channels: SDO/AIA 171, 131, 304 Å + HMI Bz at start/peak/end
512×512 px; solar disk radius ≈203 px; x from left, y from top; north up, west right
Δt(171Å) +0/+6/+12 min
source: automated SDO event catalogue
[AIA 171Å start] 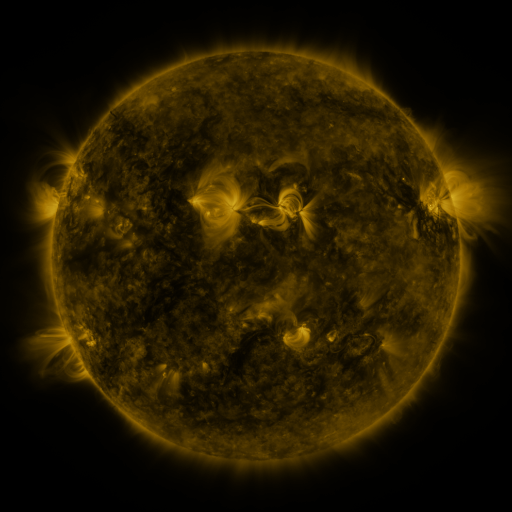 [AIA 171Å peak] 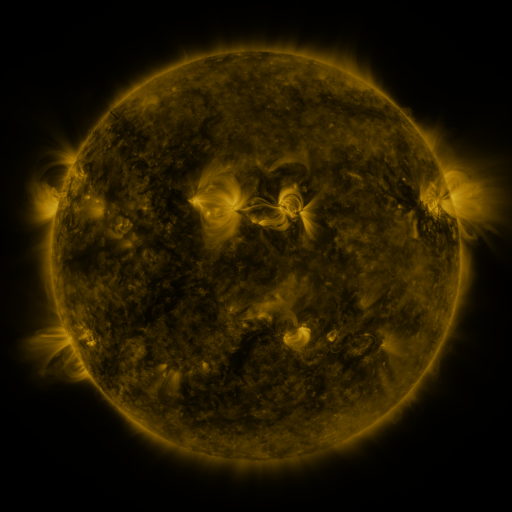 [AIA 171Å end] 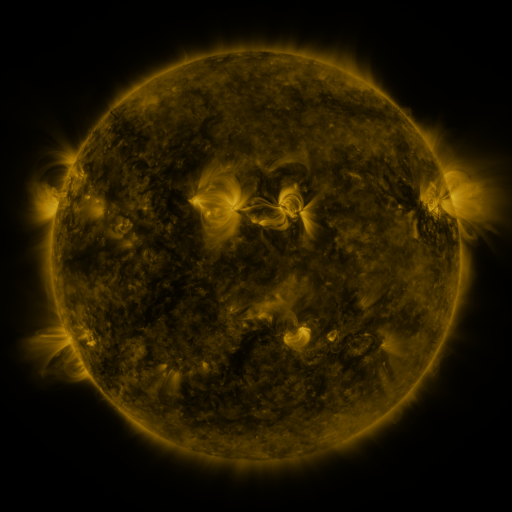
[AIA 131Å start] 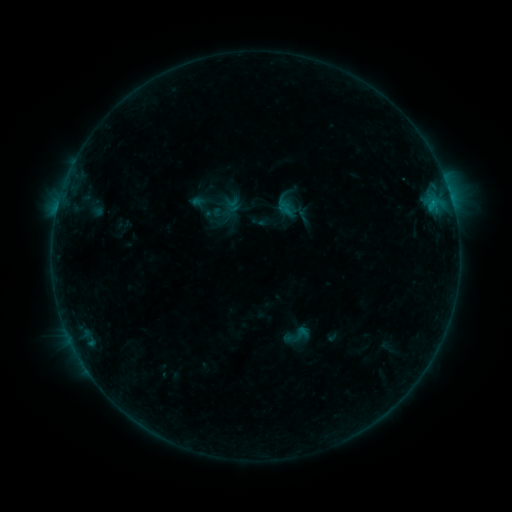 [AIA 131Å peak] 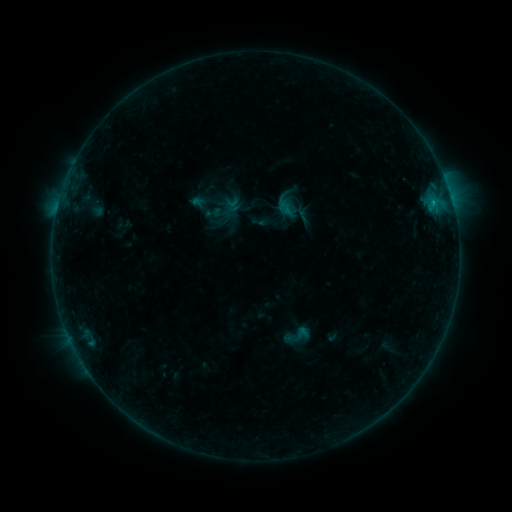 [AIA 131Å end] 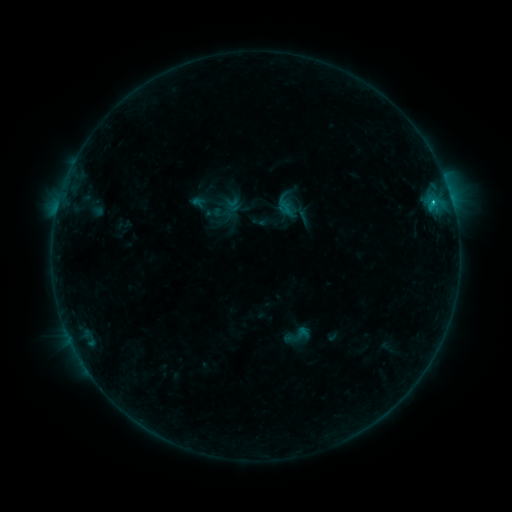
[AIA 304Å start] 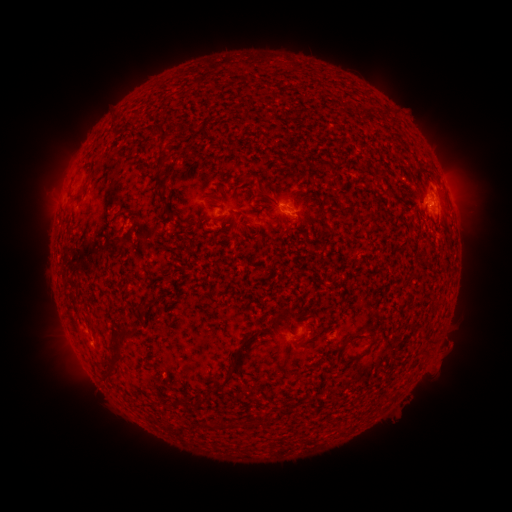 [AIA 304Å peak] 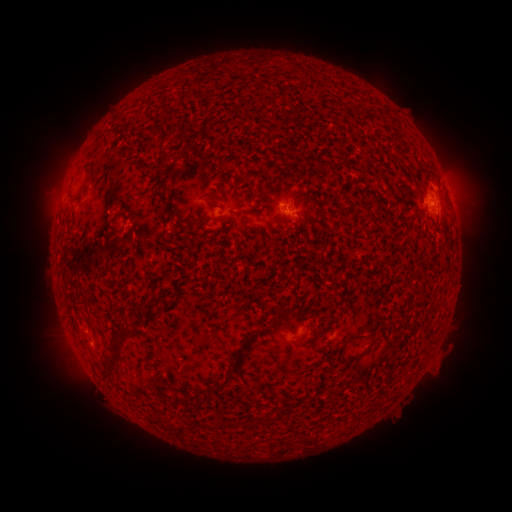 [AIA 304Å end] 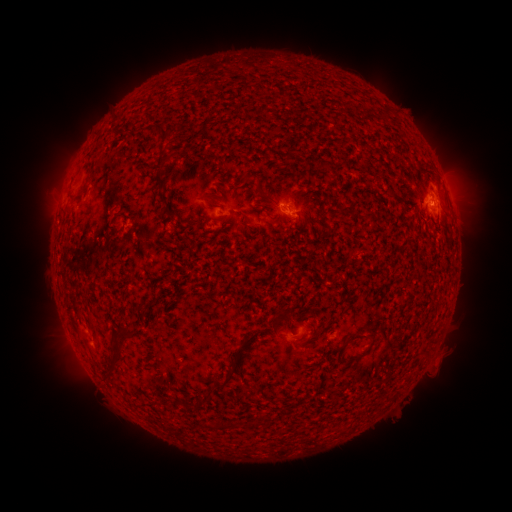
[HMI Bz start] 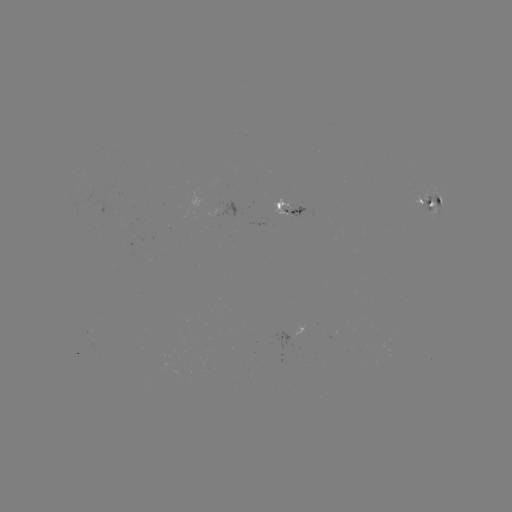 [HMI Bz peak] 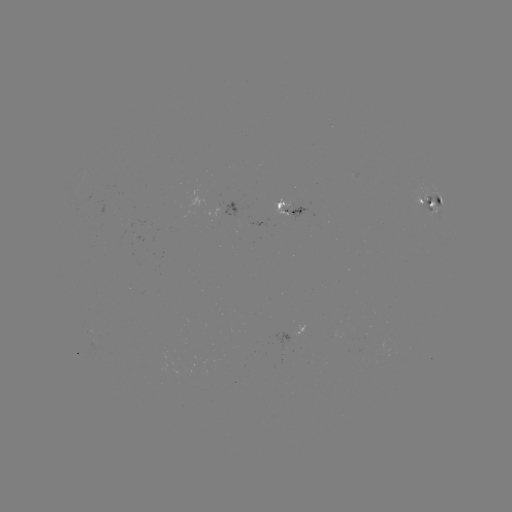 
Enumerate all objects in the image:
B9.2 flare: (432, 205)
